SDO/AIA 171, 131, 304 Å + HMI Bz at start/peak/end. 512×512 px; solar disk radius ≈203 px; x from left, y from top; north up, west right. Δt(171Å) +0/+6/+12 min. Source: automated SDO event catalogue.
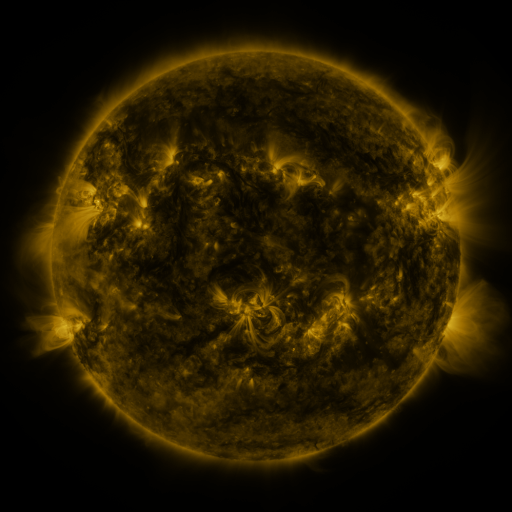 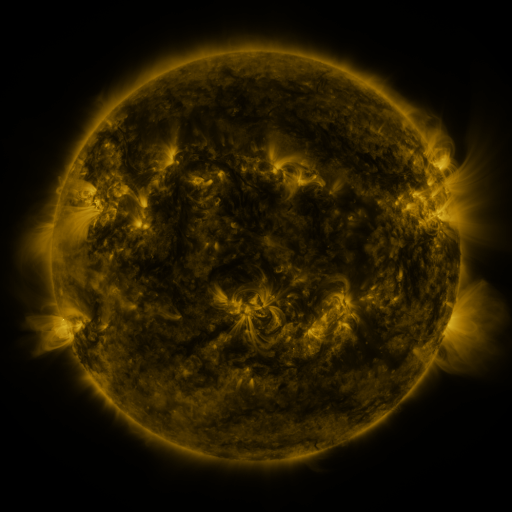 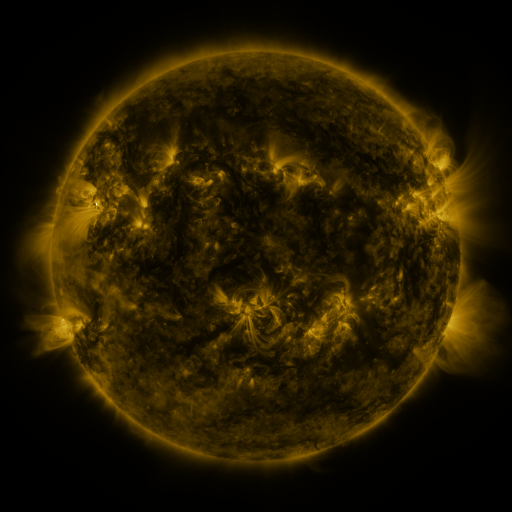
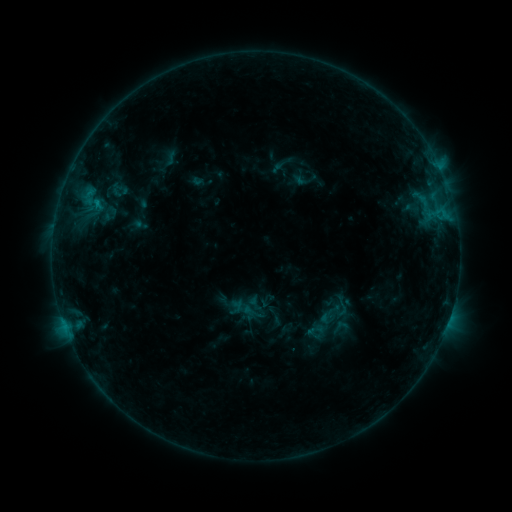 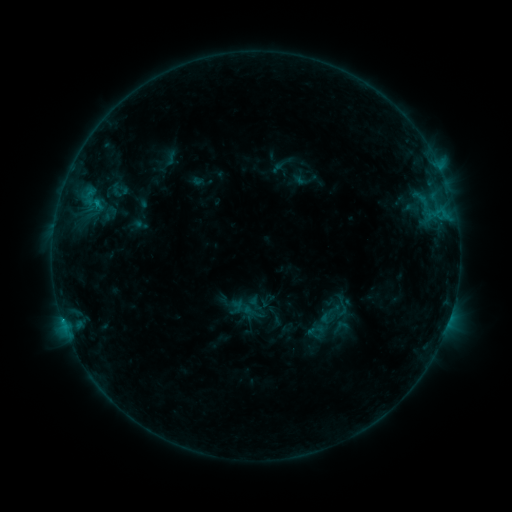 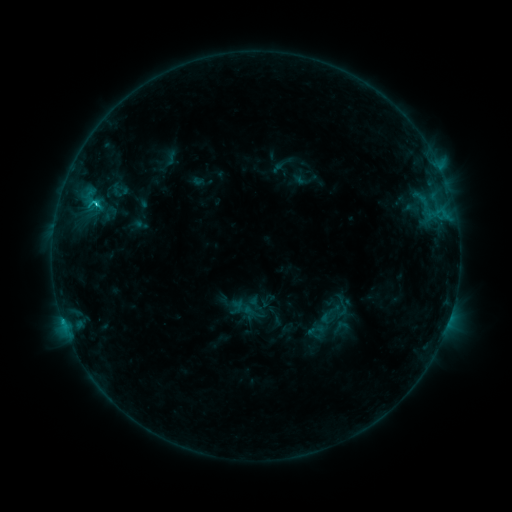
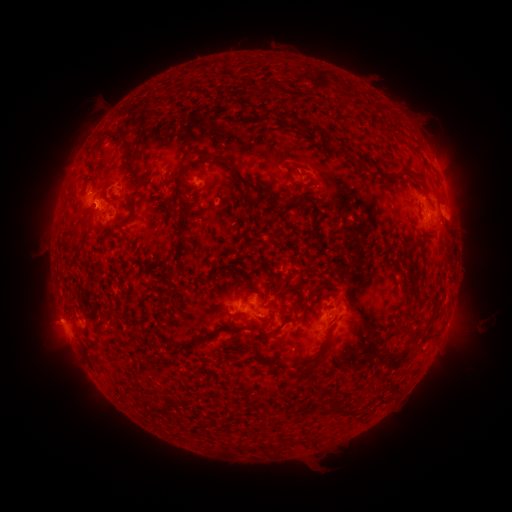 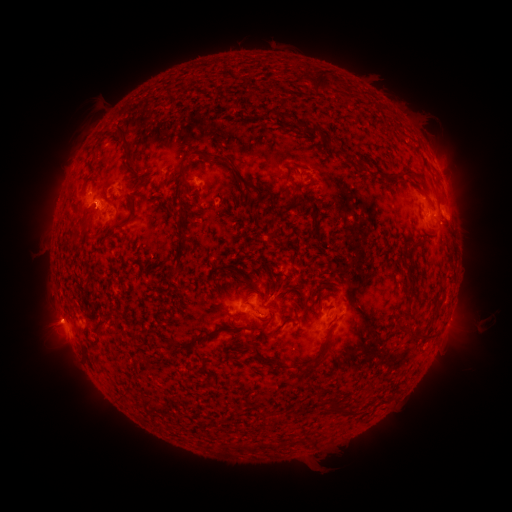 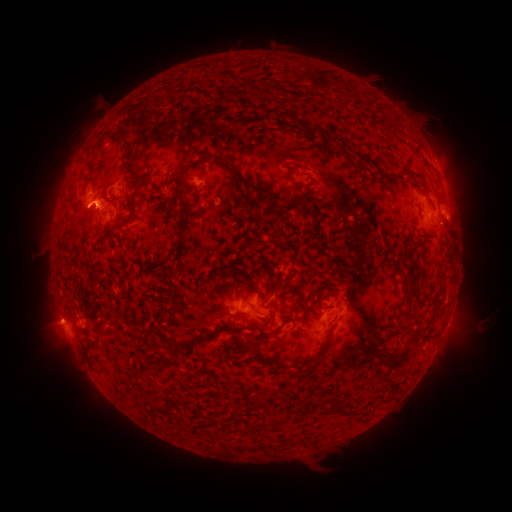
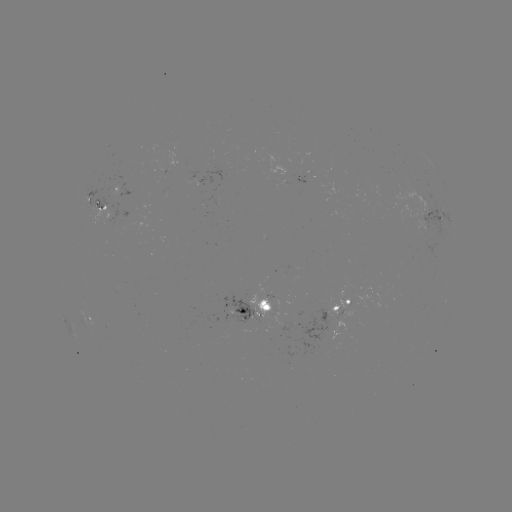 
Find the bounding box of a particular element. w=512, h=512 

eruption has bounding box [28, 300, 78, 347].